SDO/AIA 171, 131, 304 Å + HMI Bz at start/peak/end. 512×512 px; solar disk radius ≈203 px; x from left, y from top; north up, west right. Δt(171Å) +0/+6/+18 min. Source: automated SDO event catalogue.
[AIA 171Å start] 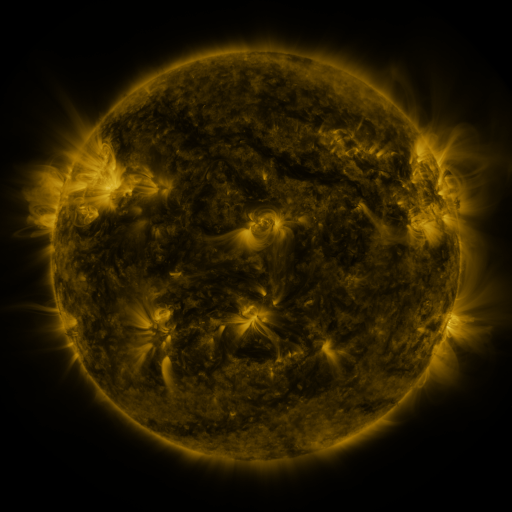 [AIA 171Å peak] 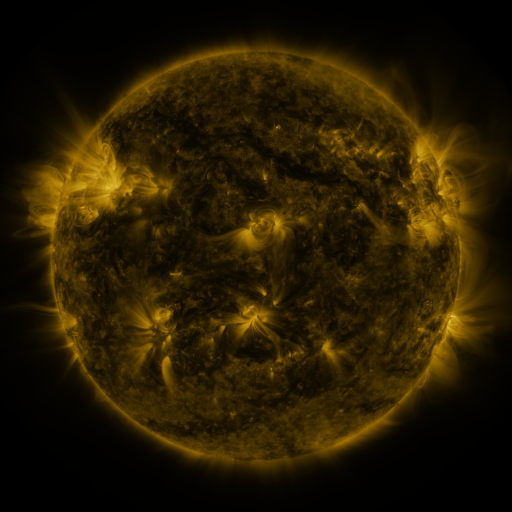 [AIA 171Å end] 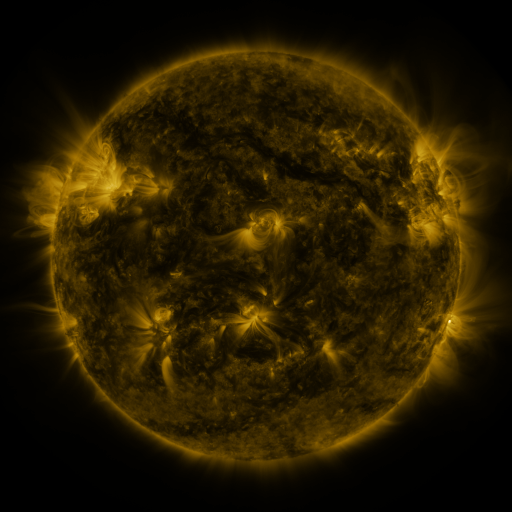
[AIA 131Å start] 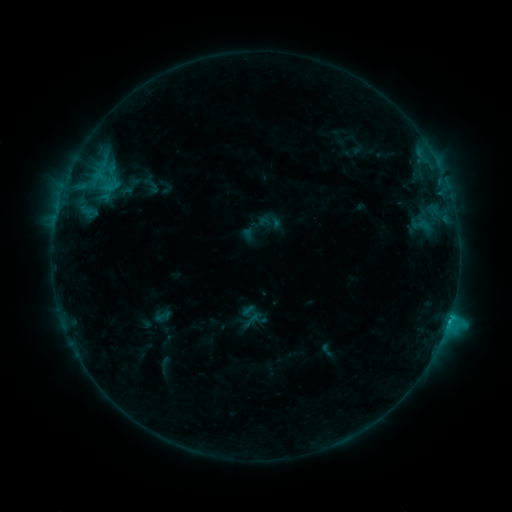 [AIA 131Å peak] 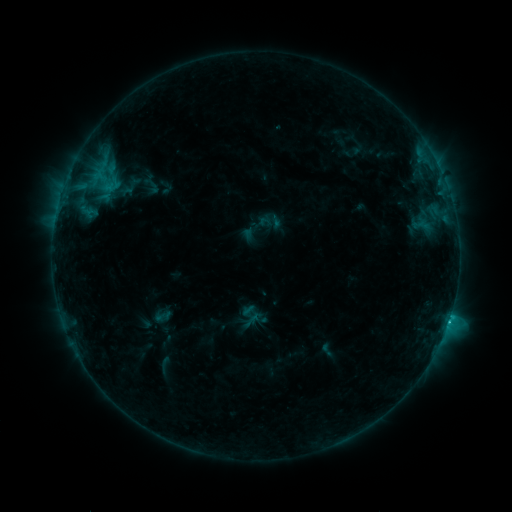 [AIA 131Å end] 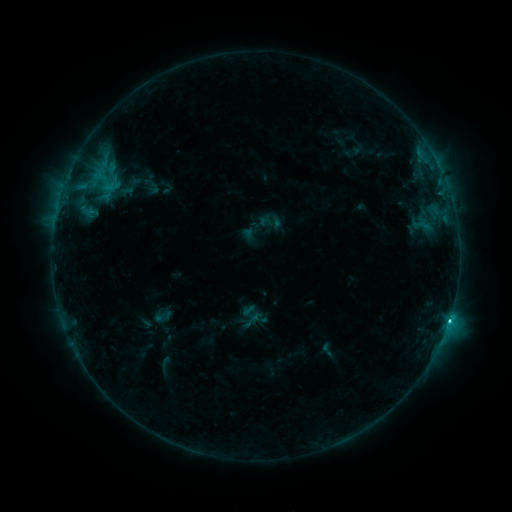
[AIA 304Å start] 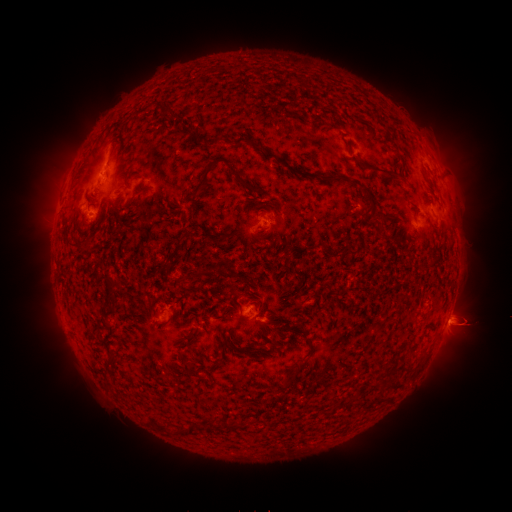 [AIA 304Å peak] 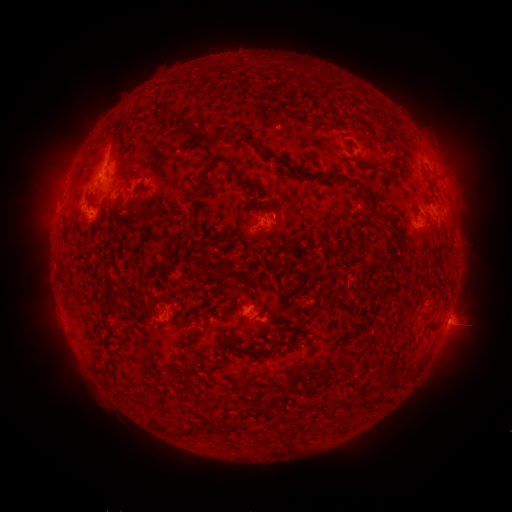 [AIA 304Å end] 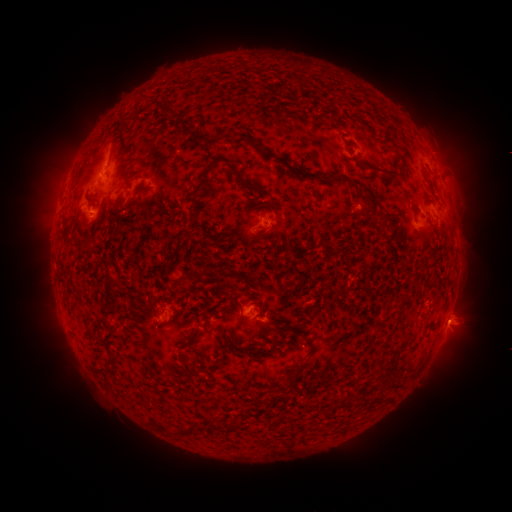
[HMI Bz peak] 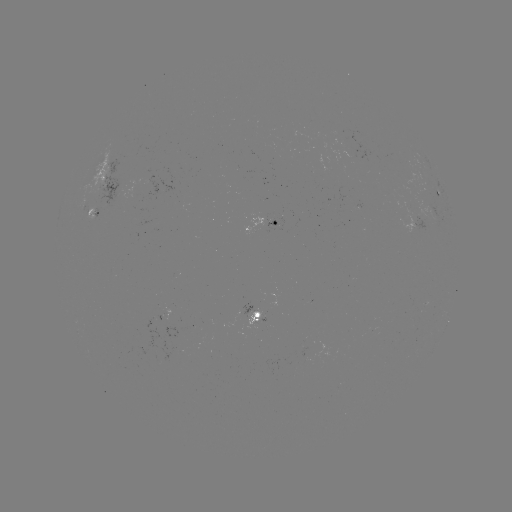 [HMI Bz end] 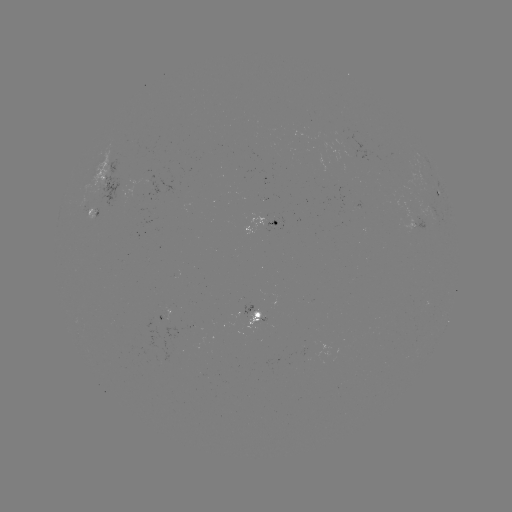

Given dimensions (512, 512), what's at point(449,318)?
C2.9 flare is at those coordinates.